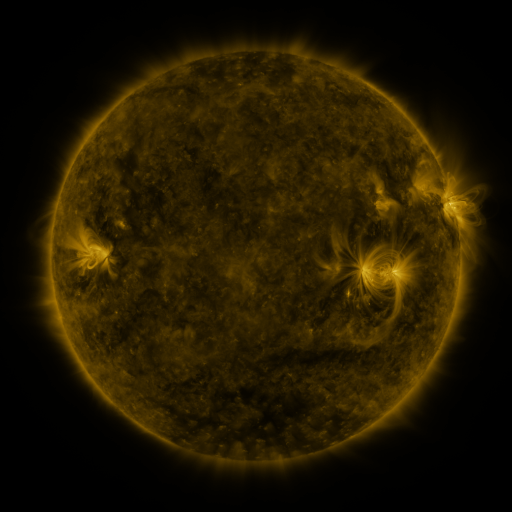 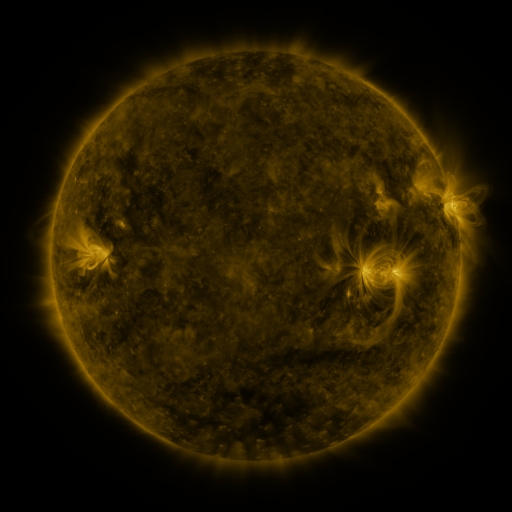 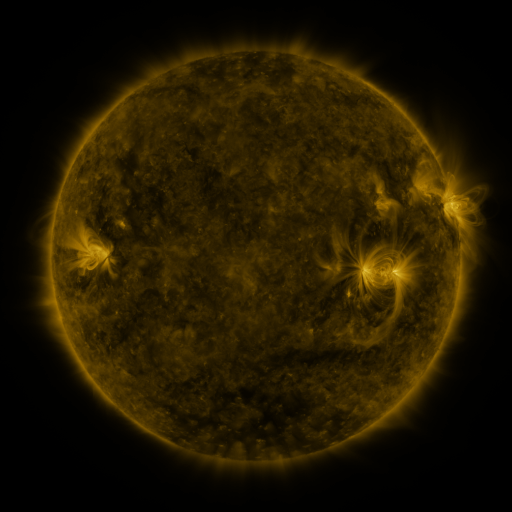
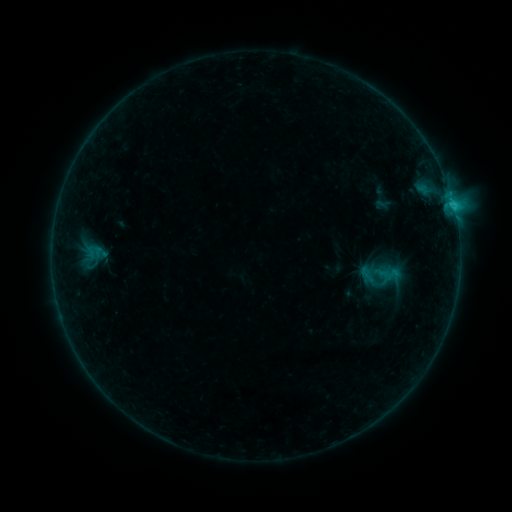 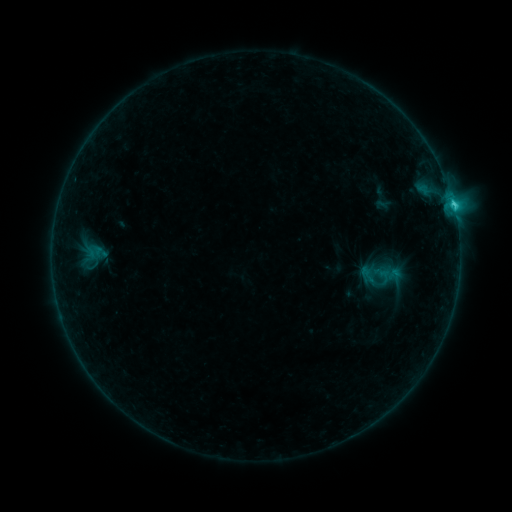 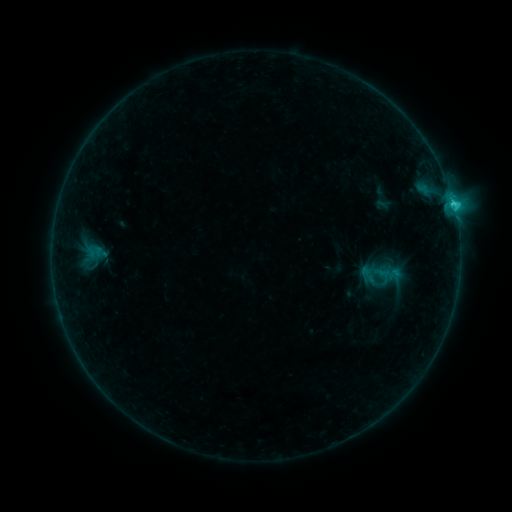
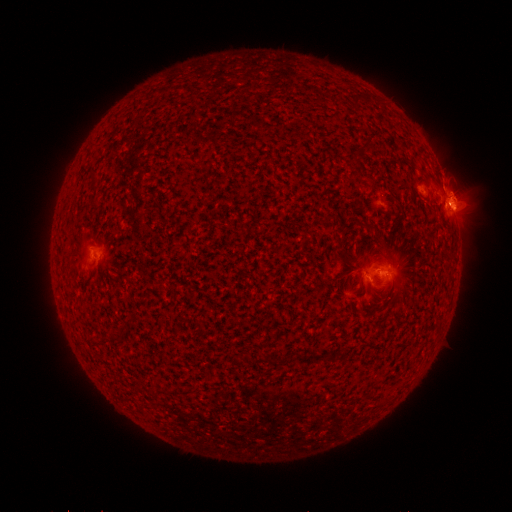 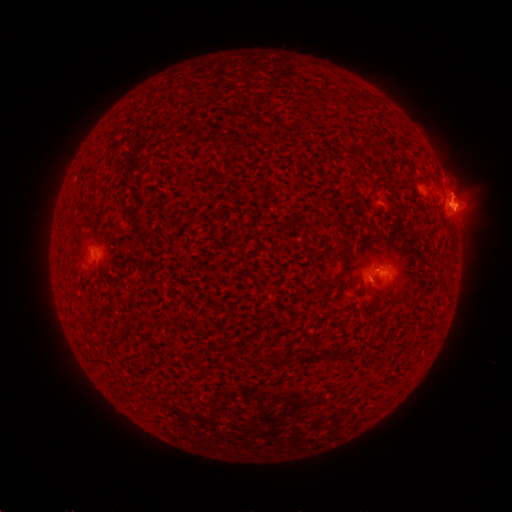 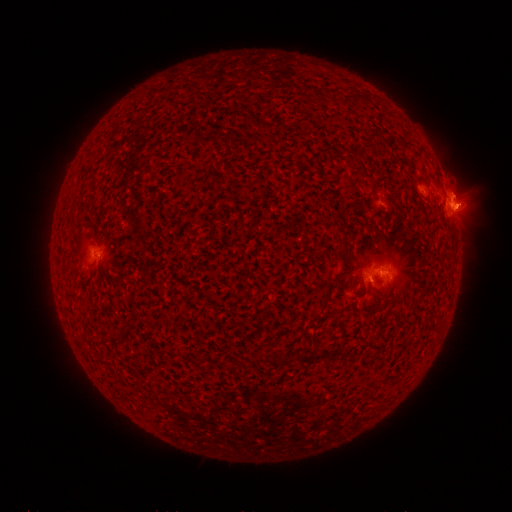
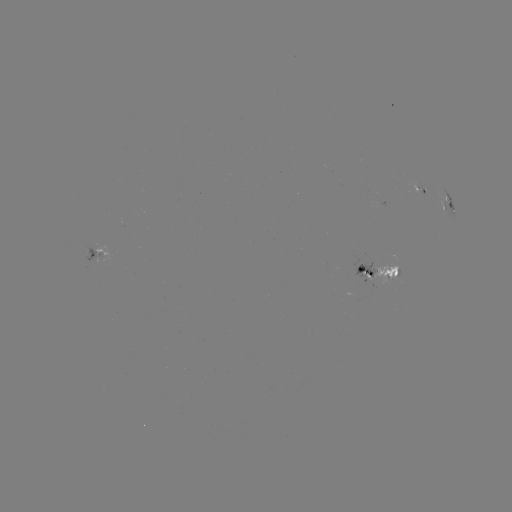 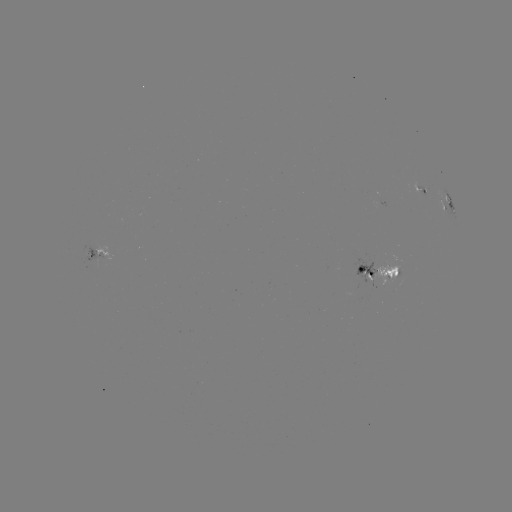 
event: flare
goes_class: C2.3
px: (452, 206)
